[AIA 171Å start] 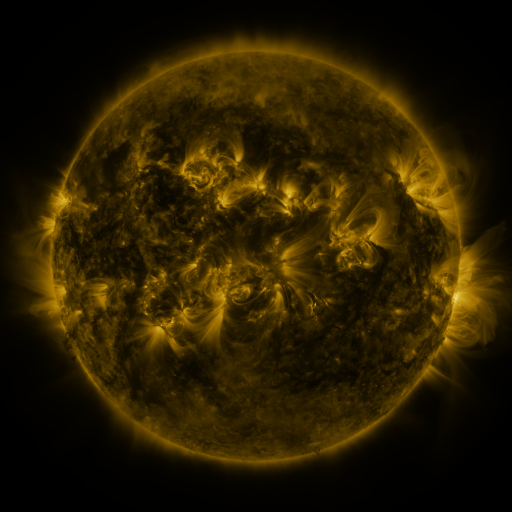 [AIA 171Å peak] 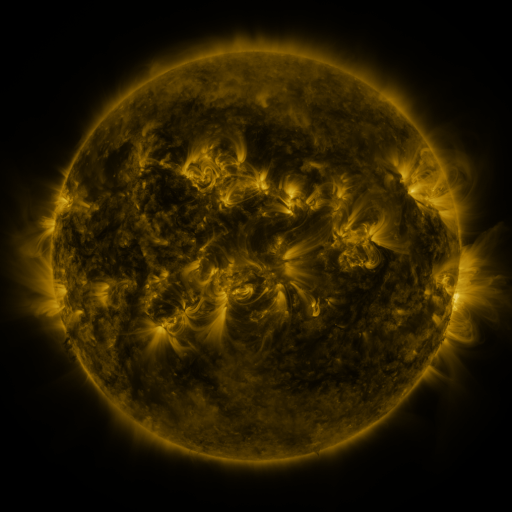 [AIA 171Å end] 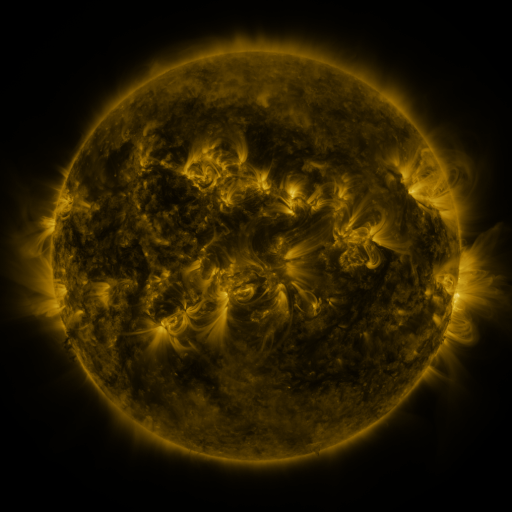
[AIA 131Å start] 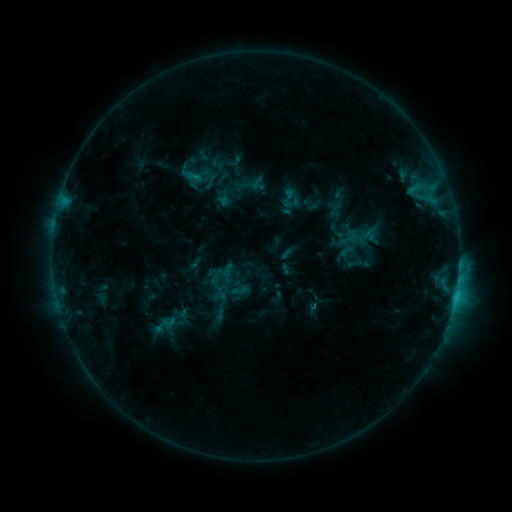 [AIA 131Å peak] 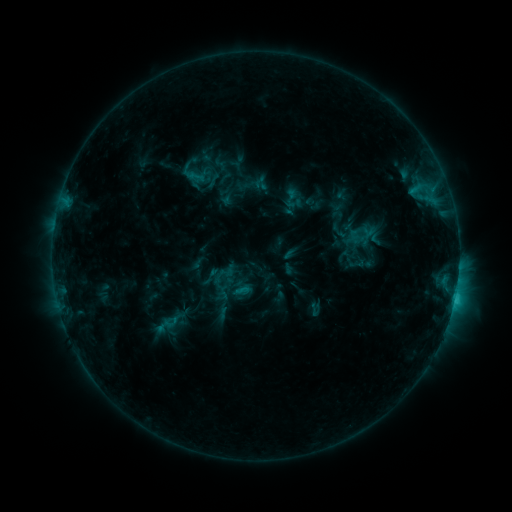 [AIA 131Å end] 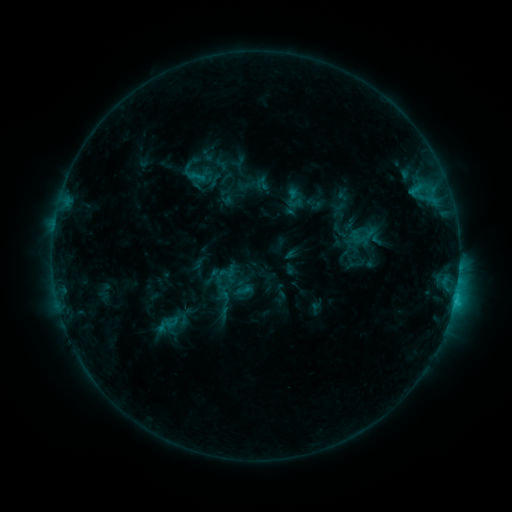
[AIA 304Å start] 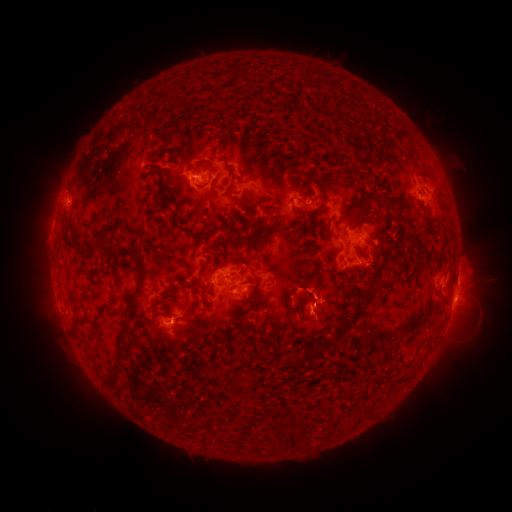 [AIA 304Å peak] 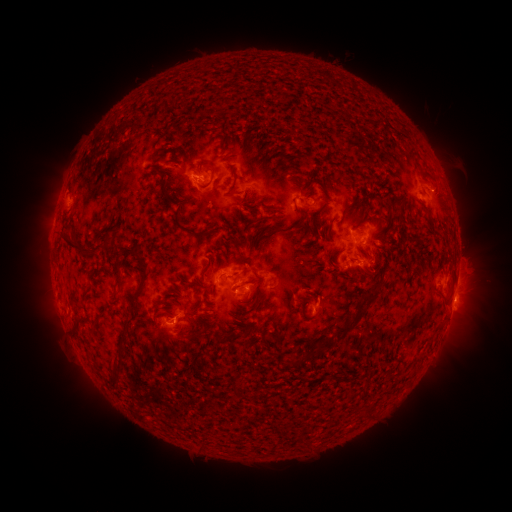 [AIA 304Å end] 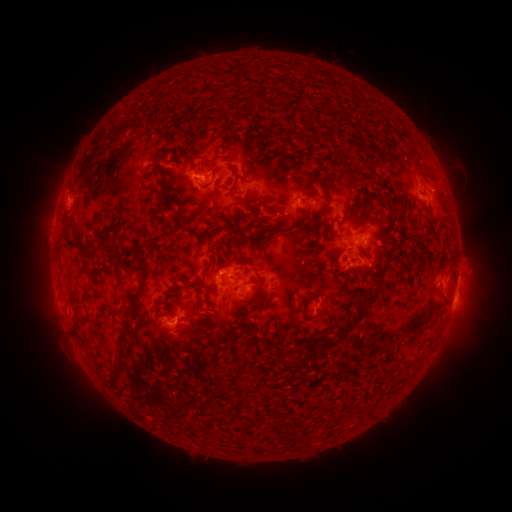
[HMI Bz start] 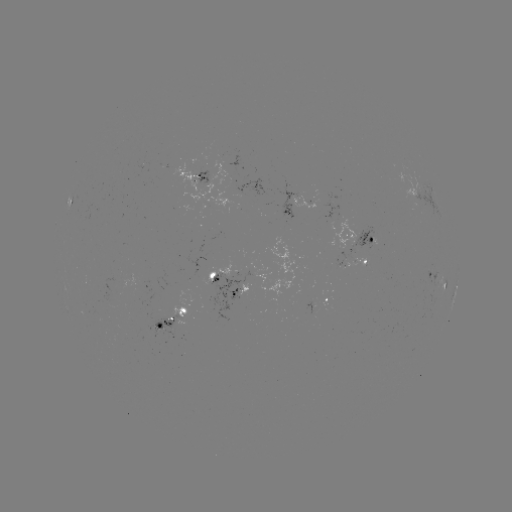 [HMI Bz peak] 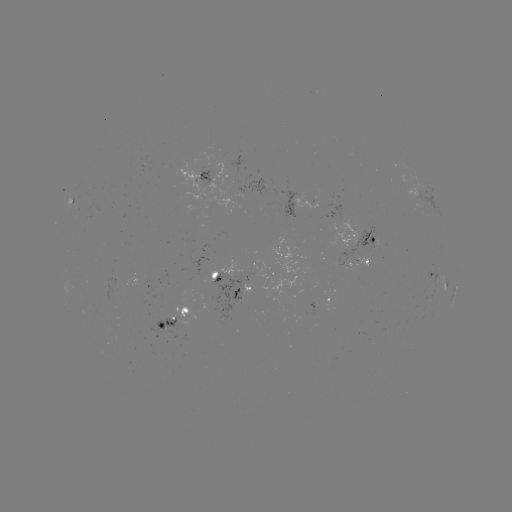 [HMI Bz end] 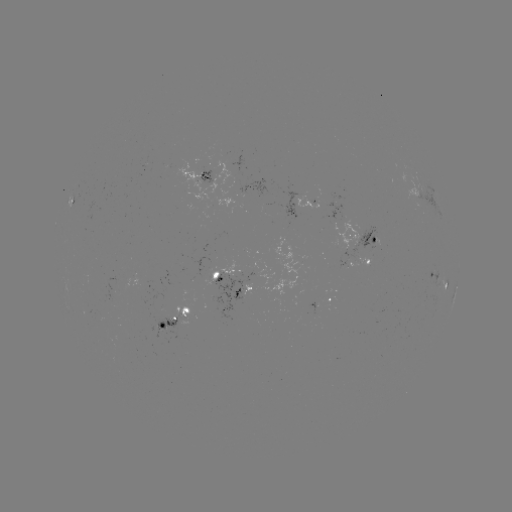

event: emerging-flux region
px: (343, 248)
